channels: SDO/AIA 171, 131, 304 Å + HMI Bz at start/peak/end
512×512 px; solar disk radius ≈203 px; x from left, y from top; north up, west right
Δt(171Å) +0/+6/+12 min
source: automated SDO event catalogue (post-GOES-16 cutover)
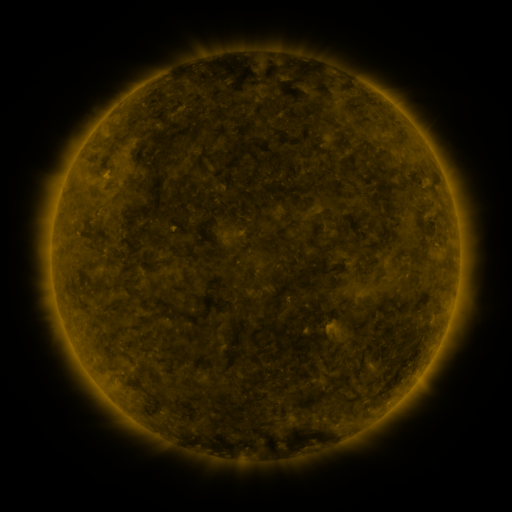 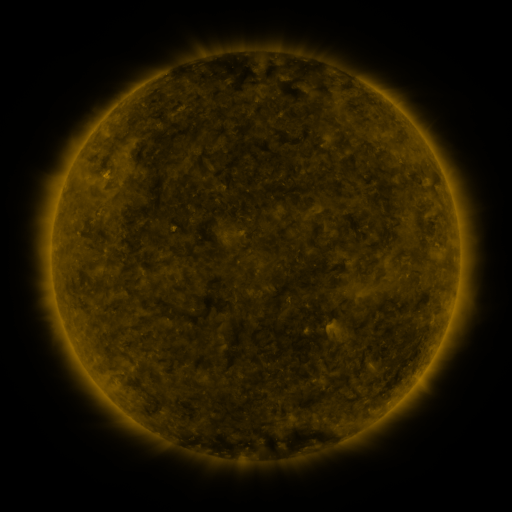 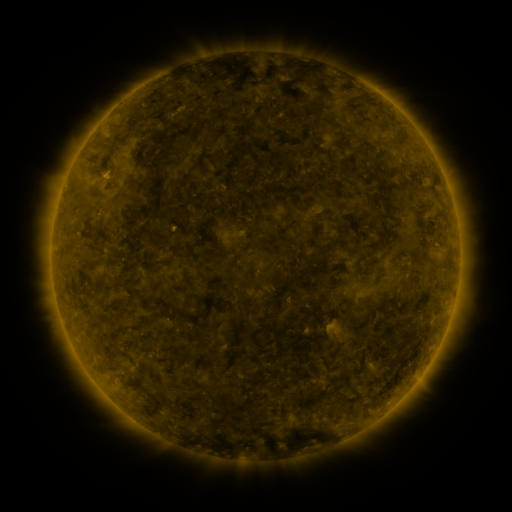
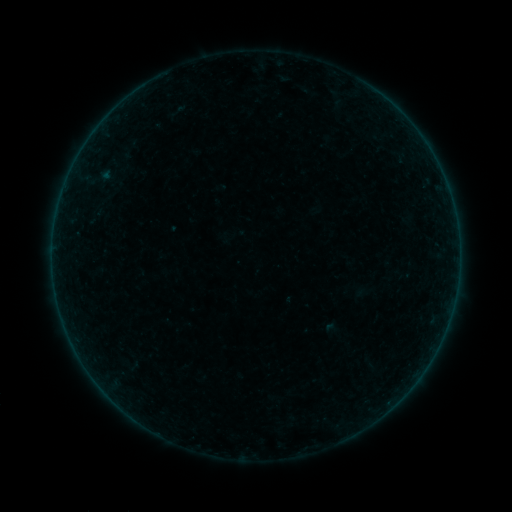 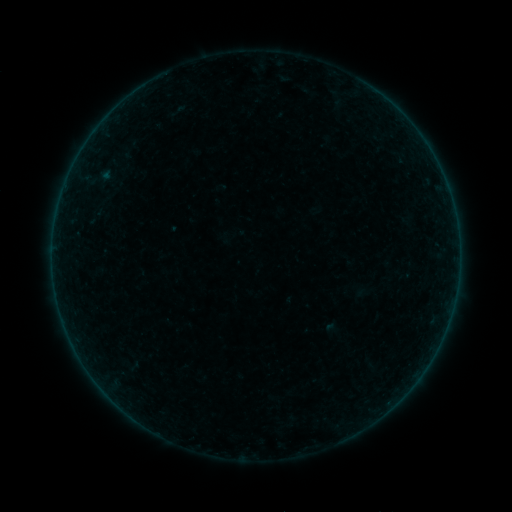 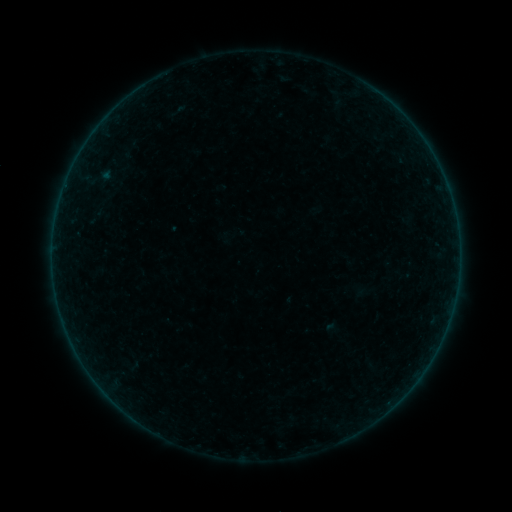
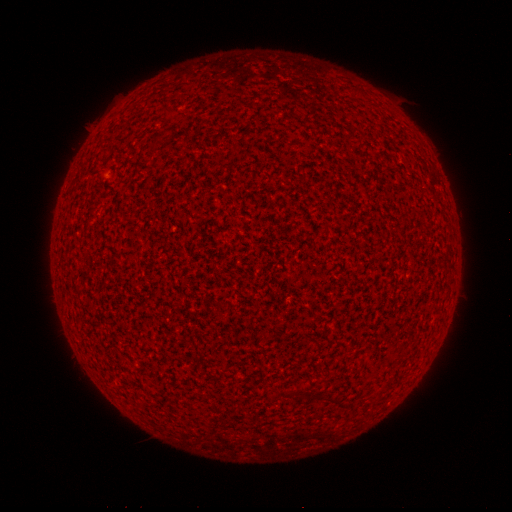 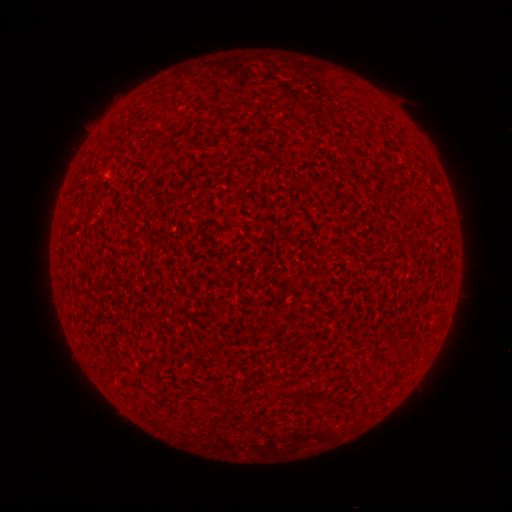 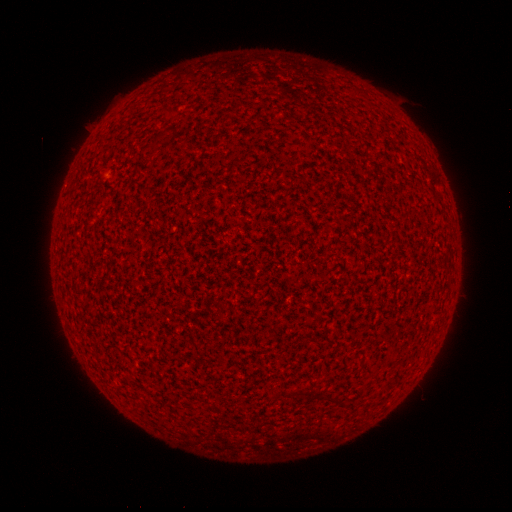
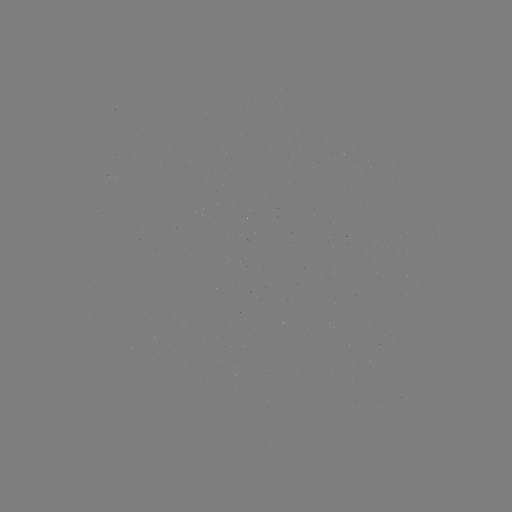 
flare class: A8.7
